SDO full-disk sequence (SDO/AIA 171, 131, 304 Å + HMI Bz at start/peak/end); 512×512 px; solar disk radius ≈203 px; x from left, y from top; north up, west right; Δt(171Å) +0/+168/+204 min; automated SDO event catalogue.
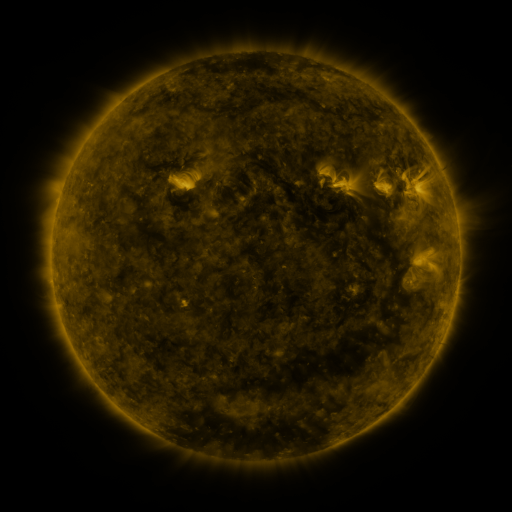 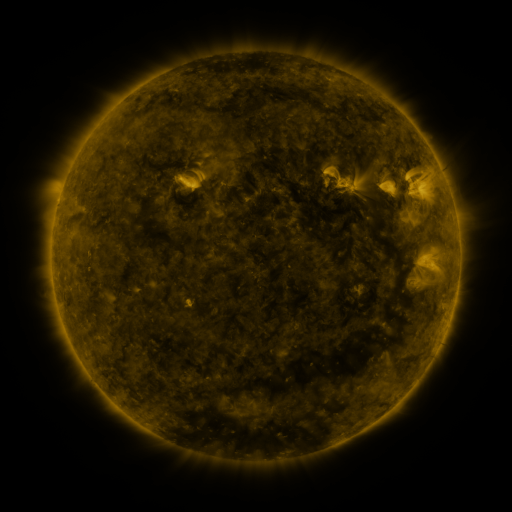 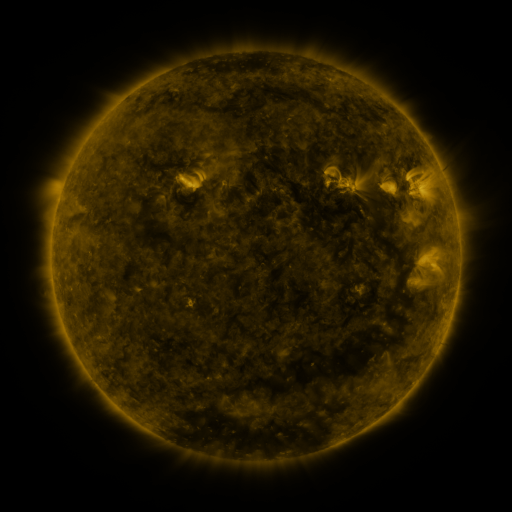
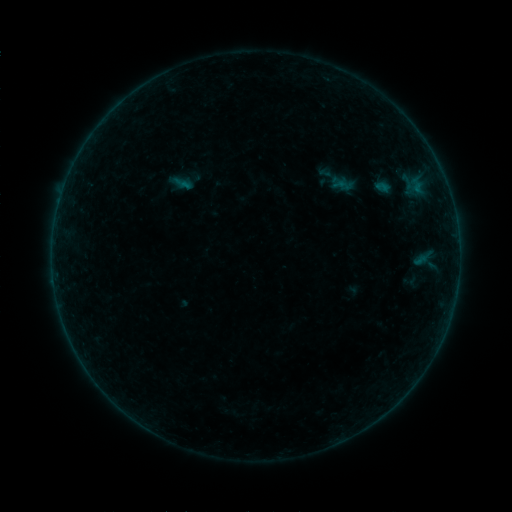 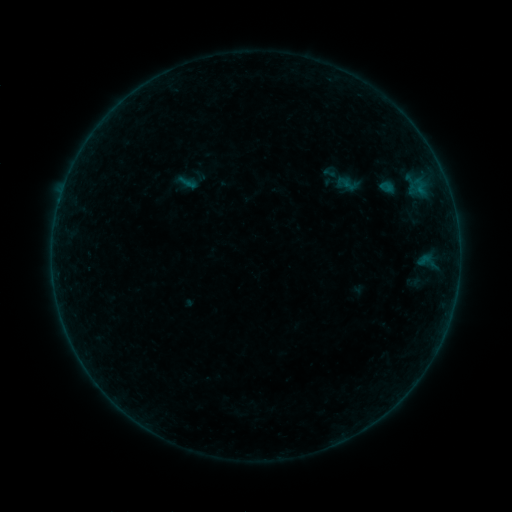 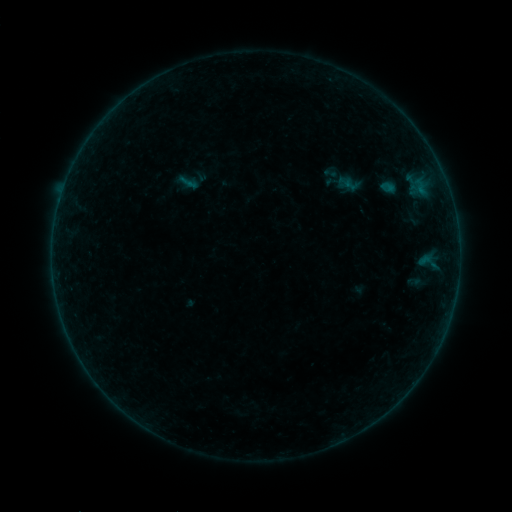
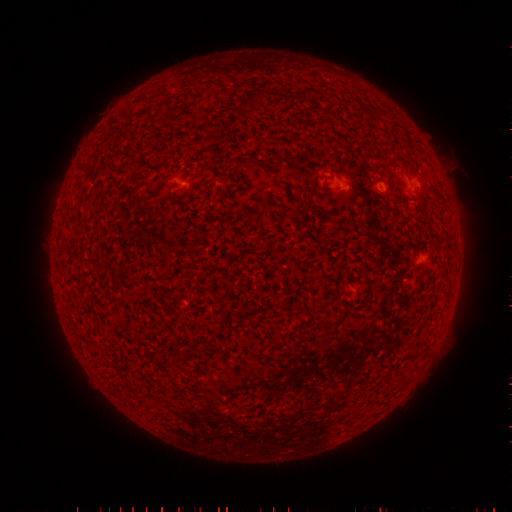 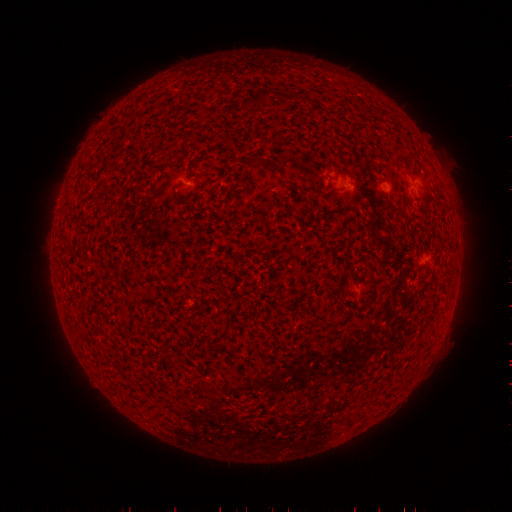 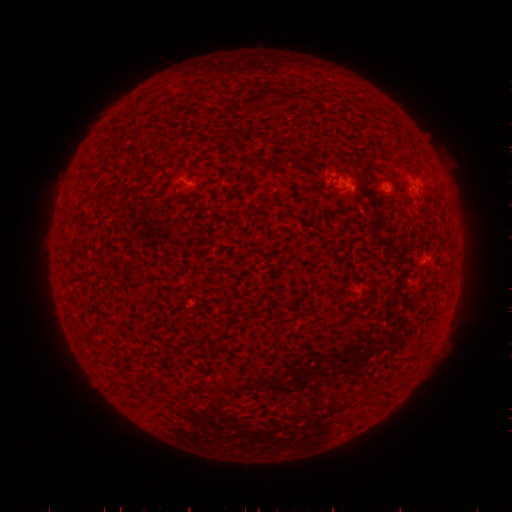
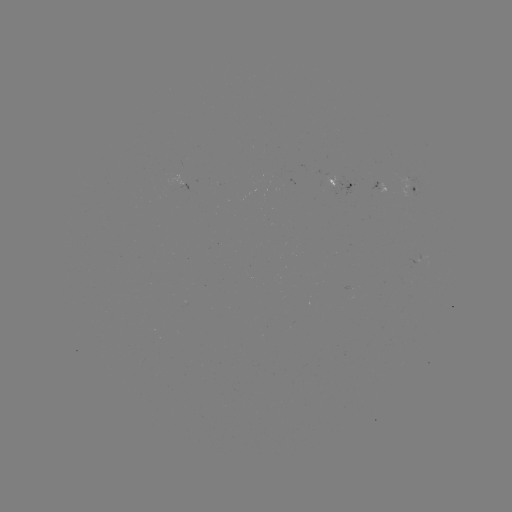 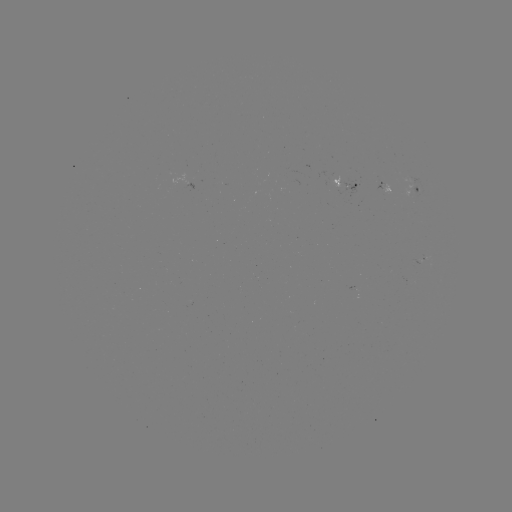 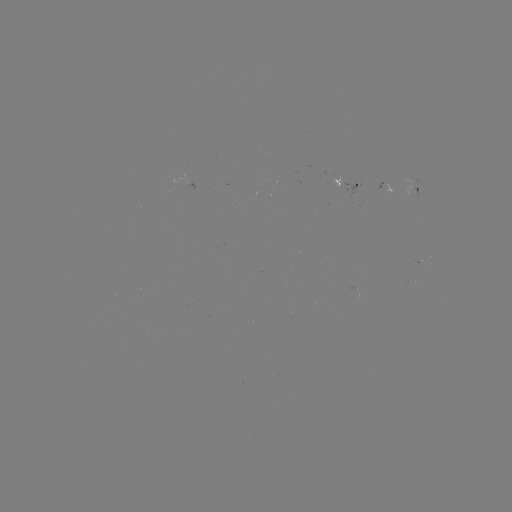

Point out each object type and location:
emerging-flux region: (338, 186)
